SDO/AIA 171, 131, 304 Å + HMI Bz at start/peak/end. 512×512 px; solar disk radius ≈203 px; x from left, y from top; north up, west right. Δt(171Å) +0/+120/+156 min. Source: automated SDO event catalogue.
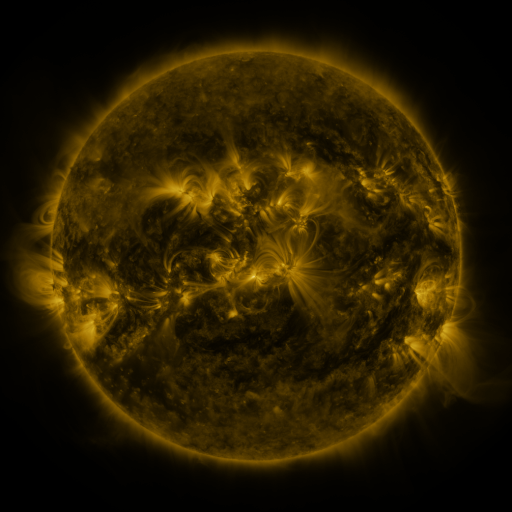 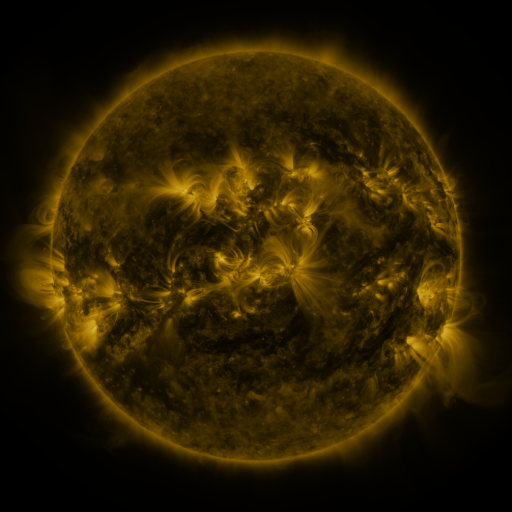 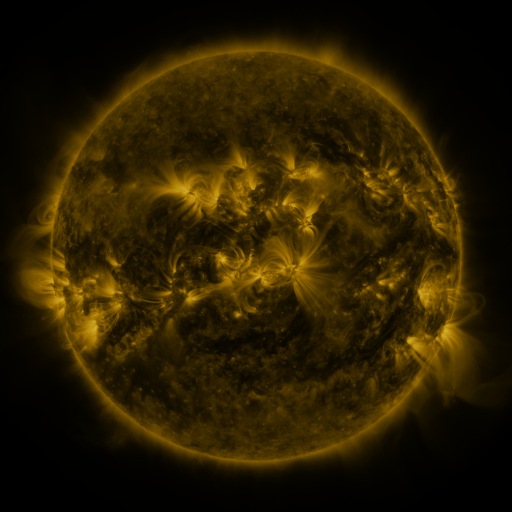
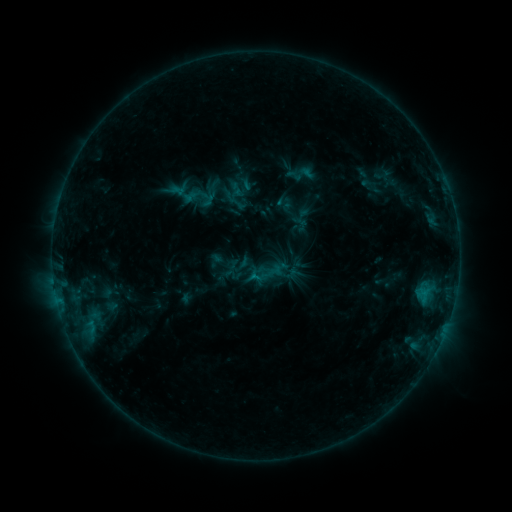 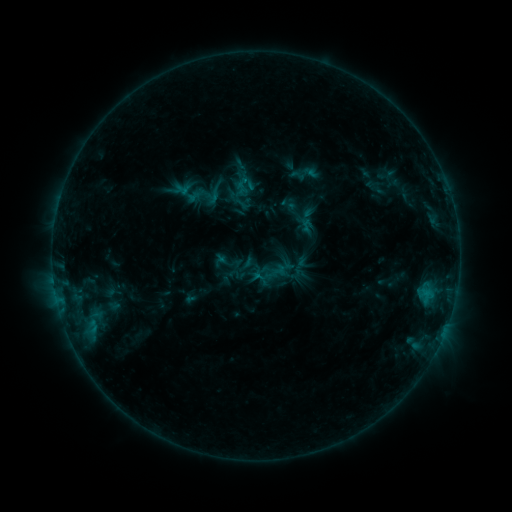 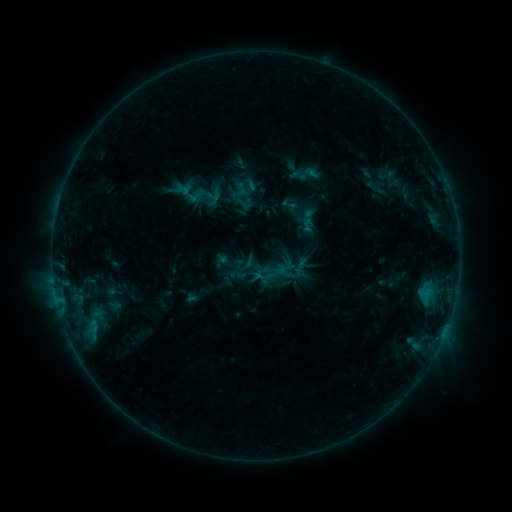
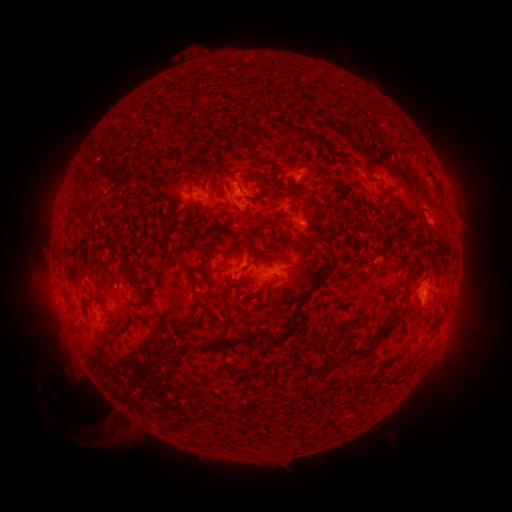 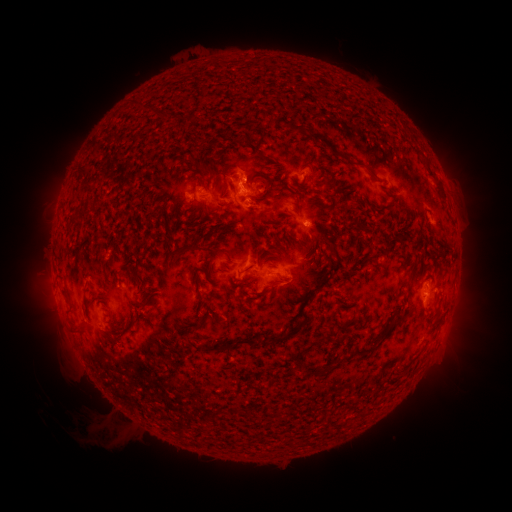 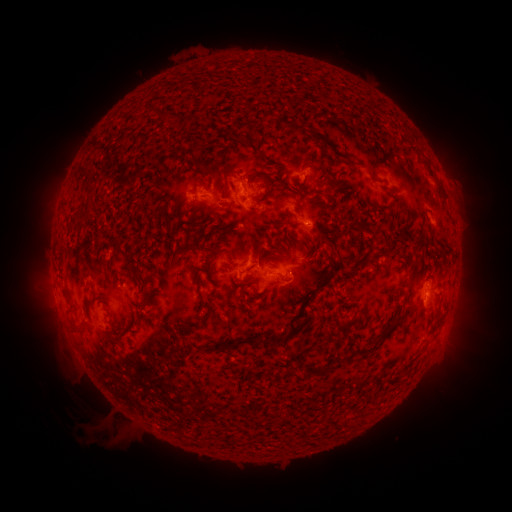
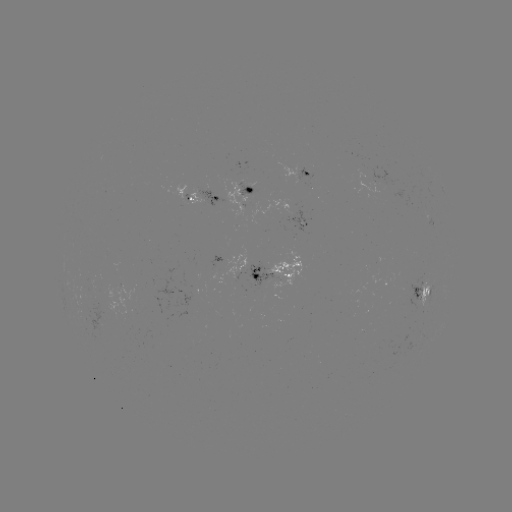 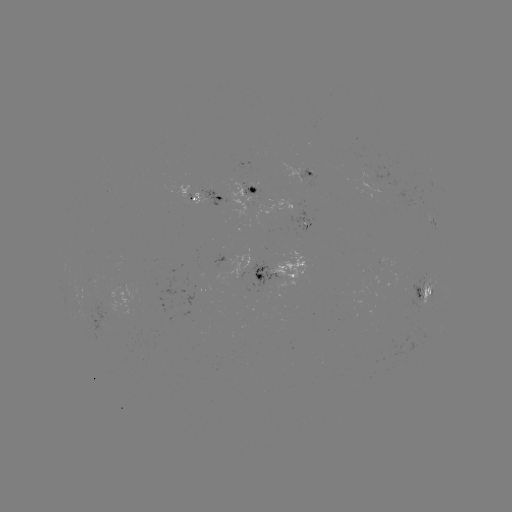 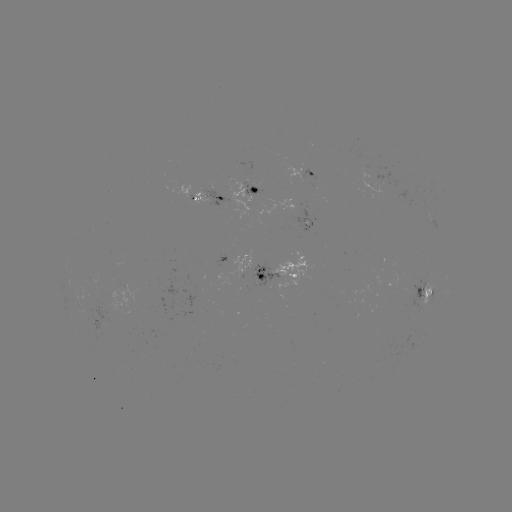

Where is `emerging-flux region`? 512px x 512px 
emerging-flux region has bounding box [243, 181, 262, 195].